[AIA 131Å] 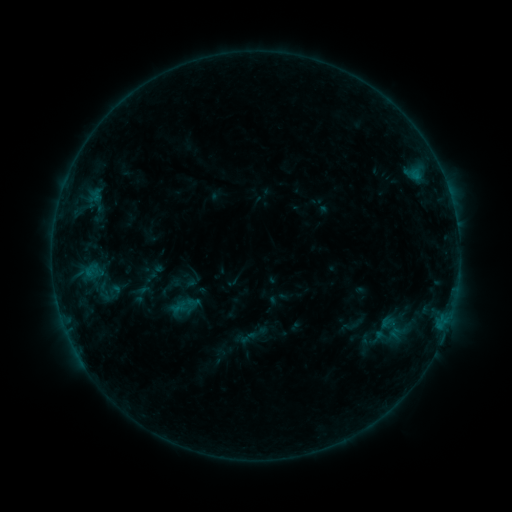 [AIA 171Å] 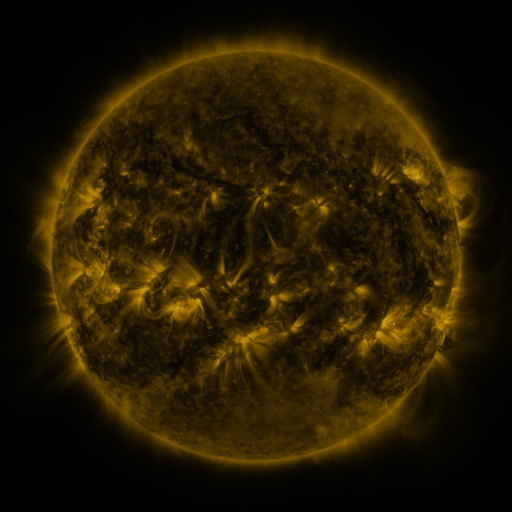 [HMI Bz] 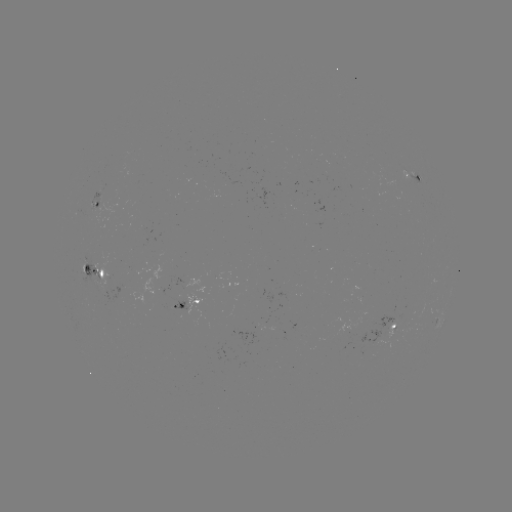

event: sigmoid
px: (391, 327)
